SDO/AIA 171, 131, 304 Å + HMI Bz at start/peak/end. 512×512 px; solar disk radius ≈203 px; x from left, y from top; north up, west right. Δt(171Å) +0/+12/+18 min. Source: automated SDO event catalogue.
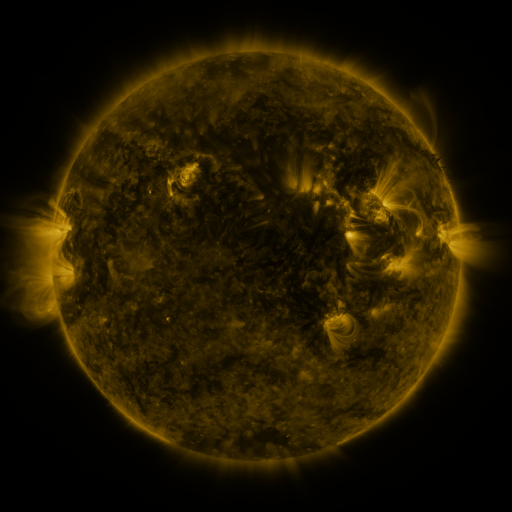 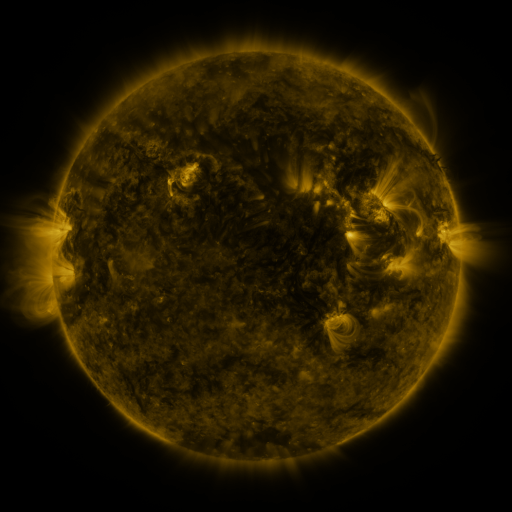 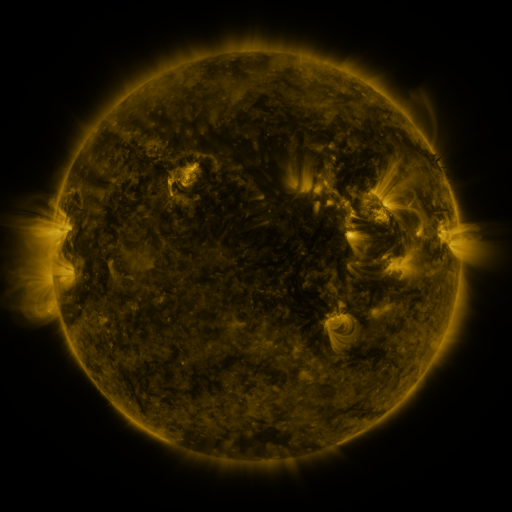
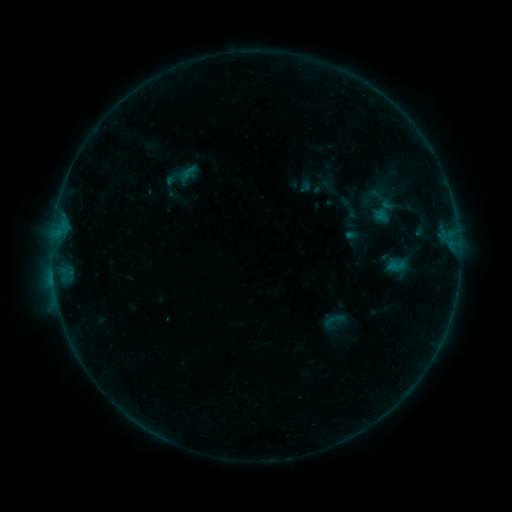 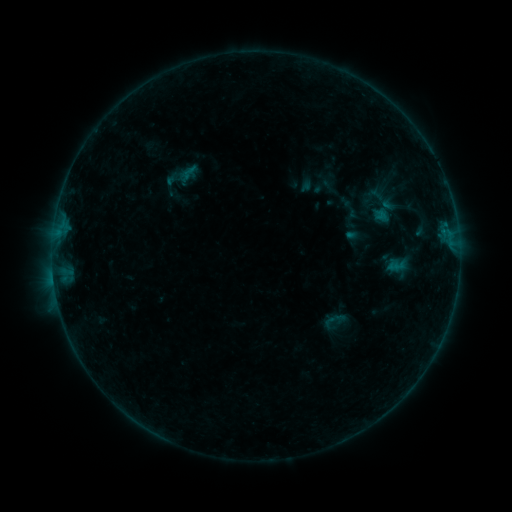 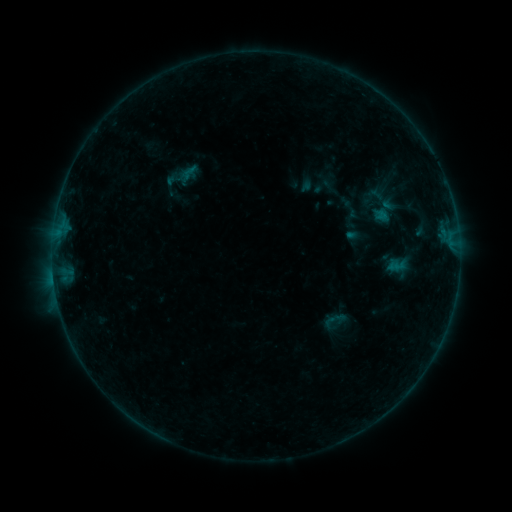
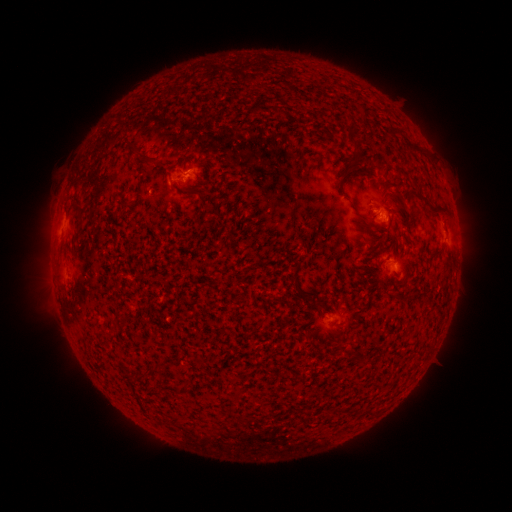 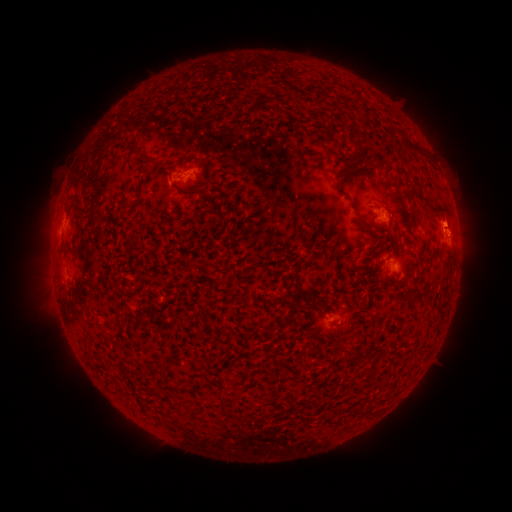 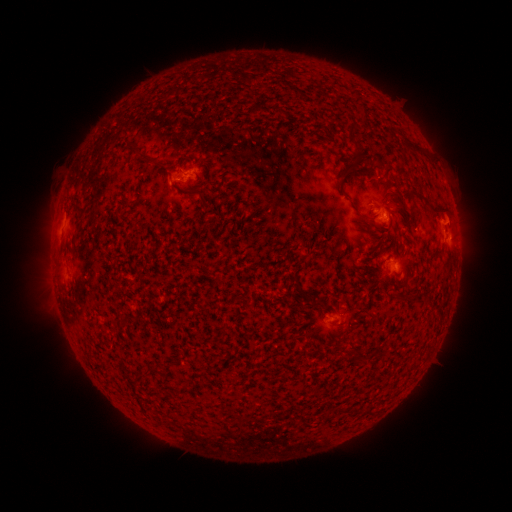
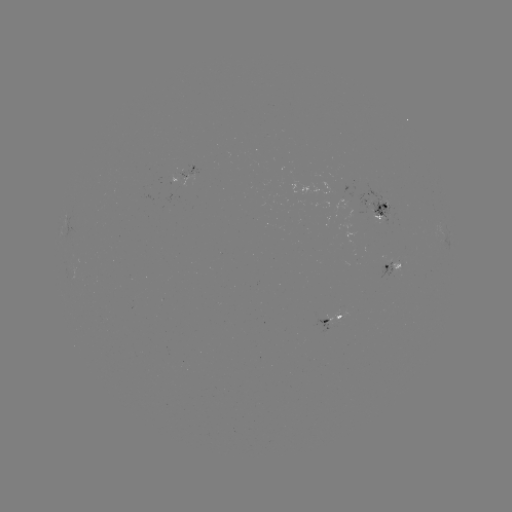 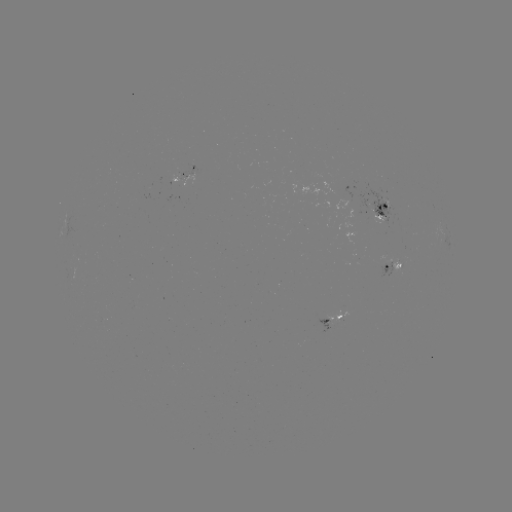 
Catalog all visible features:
eruption: (451, 227)
